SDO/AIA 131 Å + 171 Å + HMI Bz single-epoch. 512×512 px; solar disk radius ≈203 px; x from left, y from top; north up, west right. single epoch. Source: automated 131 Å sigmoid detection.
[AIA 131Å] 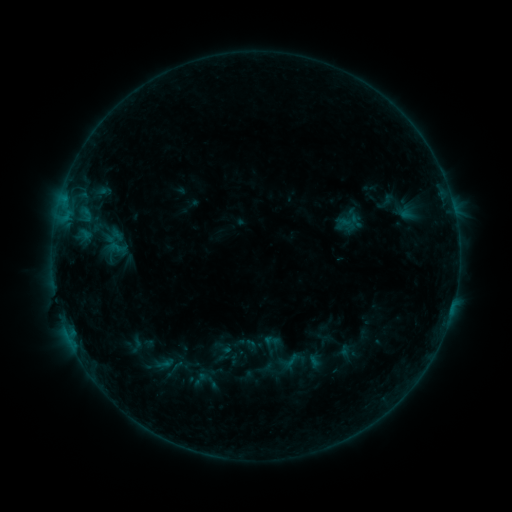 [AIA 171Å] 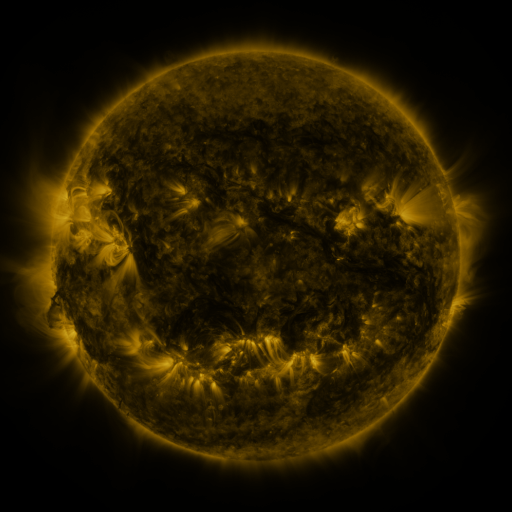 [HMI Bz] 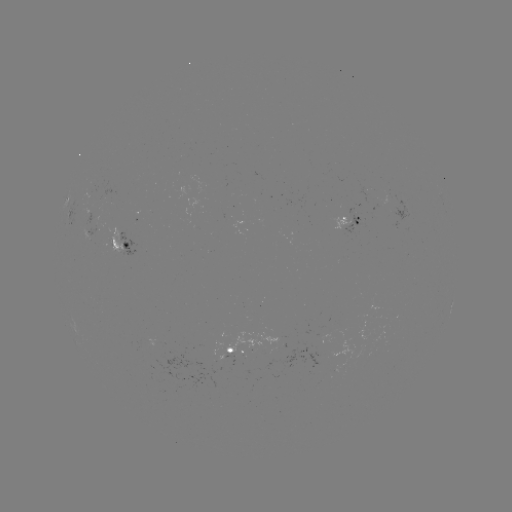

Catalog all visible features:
sigmoid: (272, 341)
